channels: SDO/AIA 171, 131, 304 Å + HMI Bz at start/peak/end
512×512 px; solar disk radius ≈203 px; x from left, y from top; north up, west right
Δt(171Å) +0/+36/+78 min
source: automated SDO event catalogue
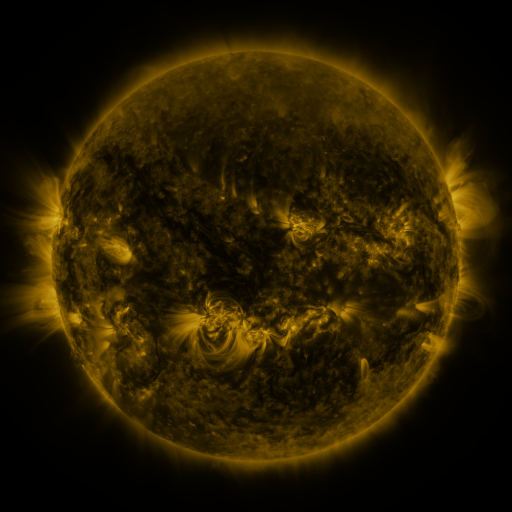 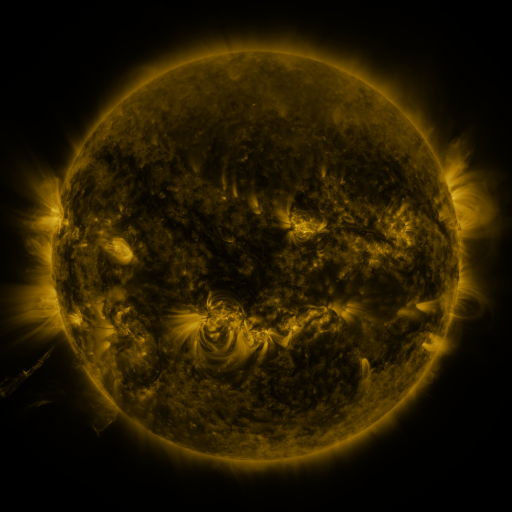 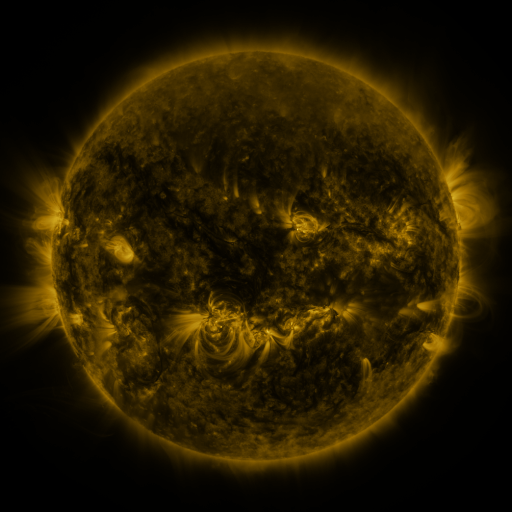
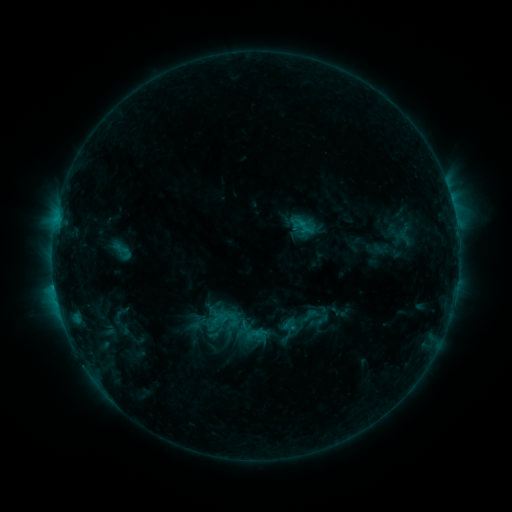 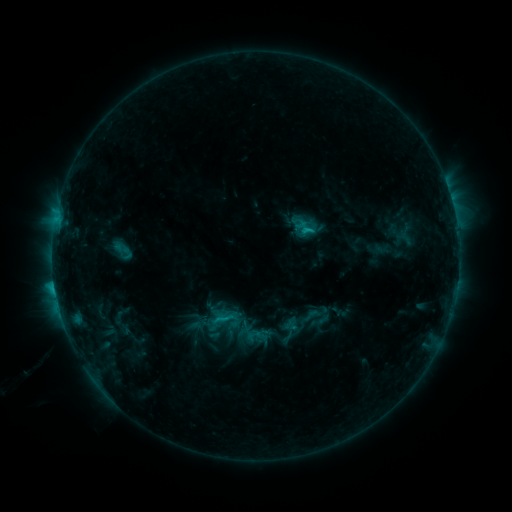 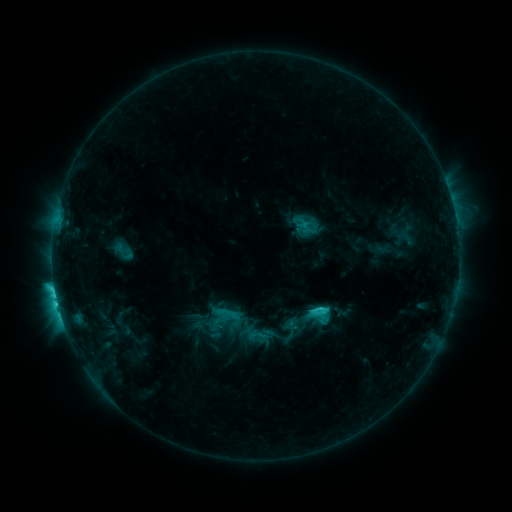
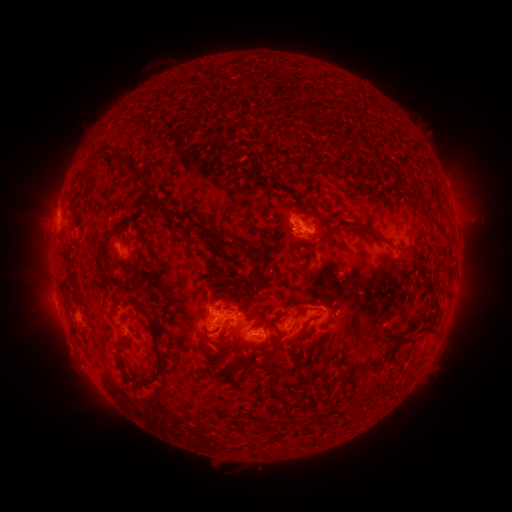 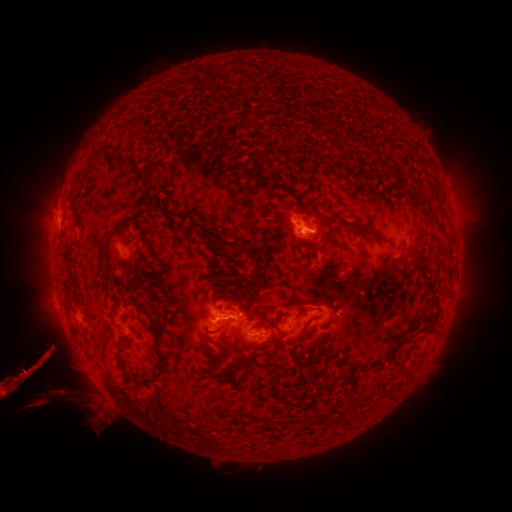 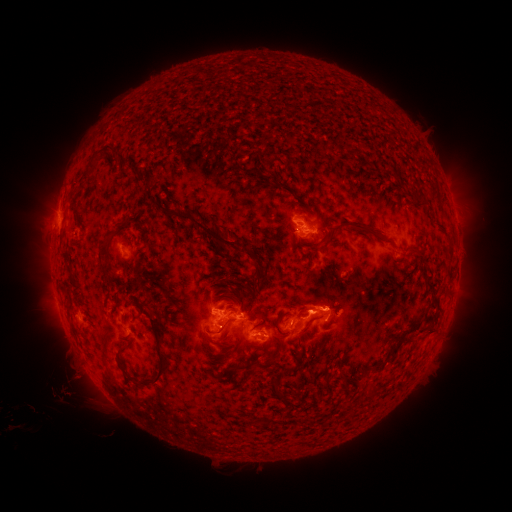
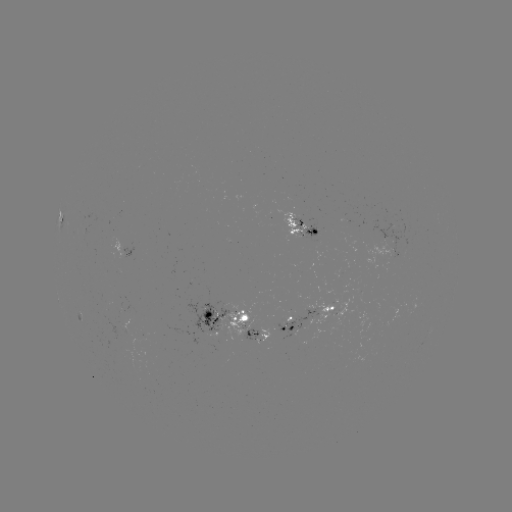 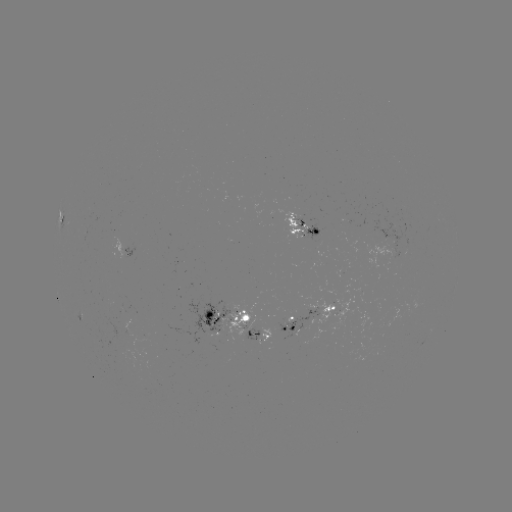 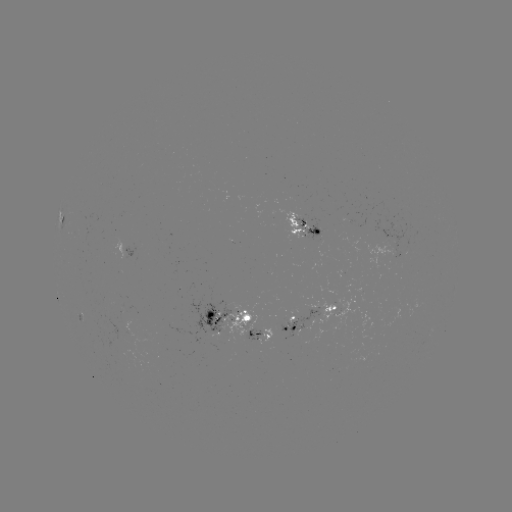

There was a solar eruption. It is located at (59, 369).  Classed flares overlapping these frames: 2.